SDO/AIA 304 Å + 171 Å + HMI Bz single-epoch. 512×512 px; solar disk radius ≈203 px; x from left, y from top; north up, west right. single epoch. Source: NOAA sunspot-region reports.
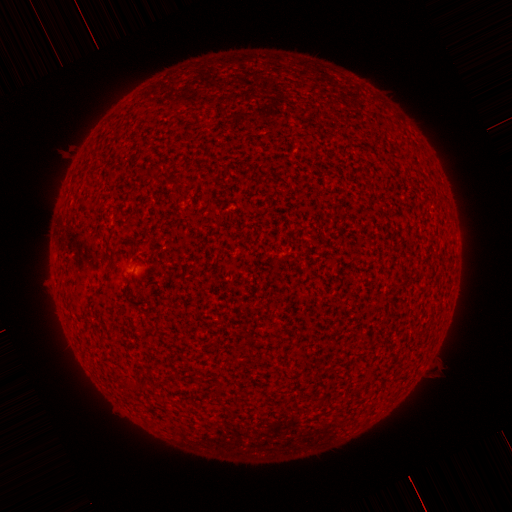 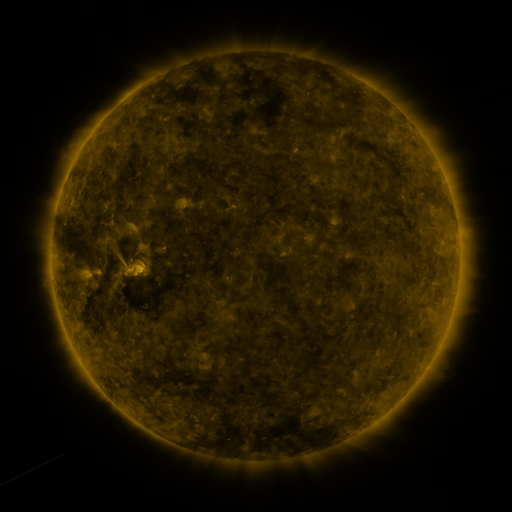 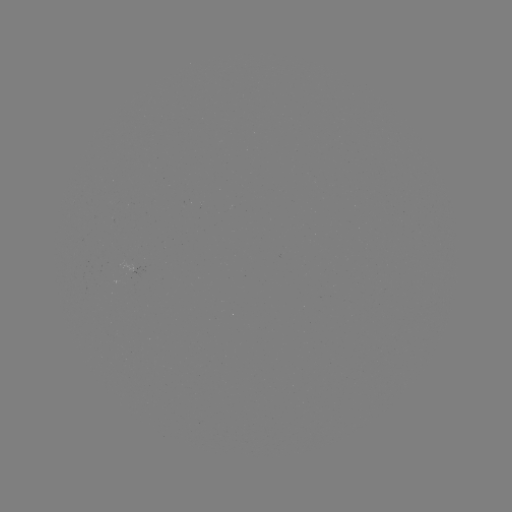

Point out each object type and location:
(none)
